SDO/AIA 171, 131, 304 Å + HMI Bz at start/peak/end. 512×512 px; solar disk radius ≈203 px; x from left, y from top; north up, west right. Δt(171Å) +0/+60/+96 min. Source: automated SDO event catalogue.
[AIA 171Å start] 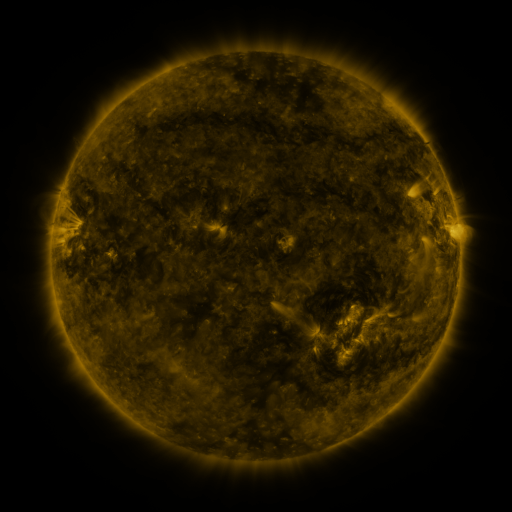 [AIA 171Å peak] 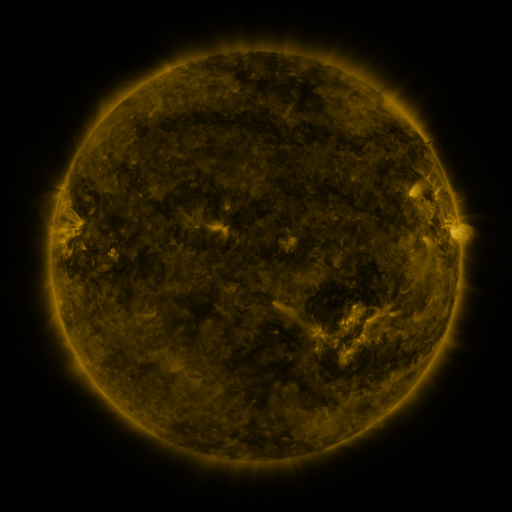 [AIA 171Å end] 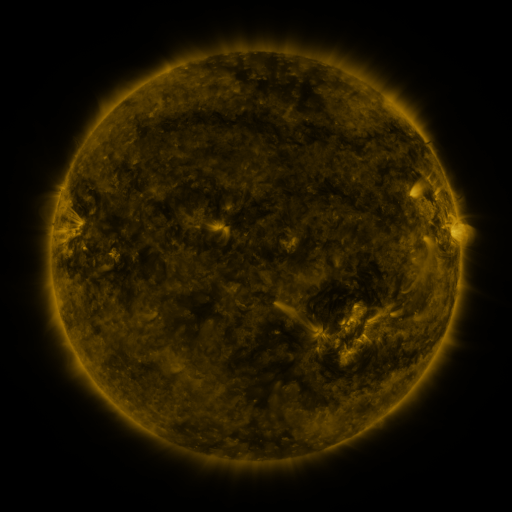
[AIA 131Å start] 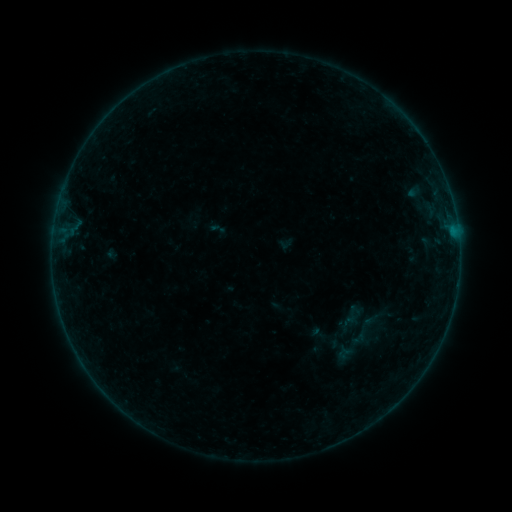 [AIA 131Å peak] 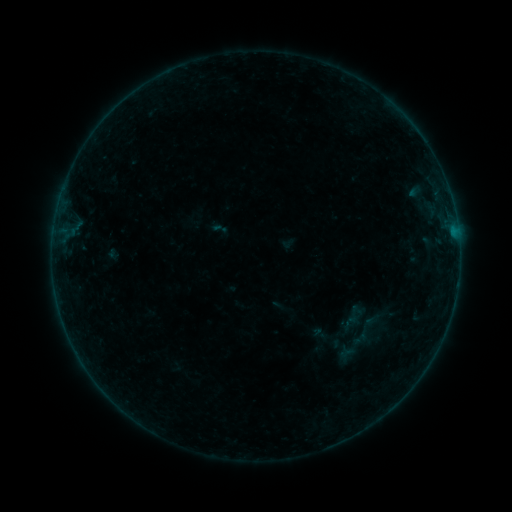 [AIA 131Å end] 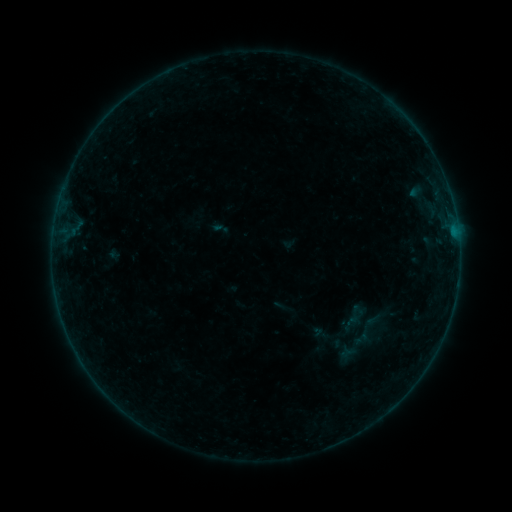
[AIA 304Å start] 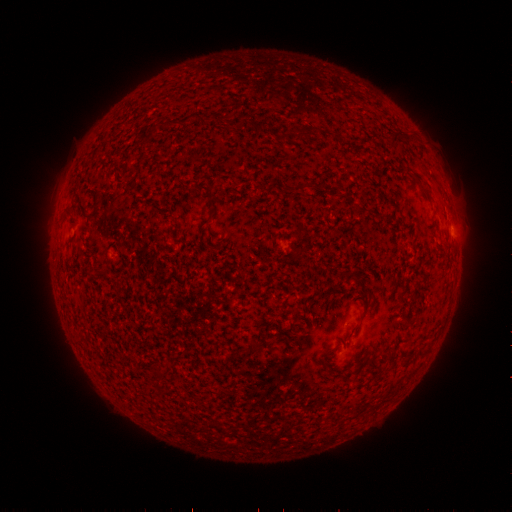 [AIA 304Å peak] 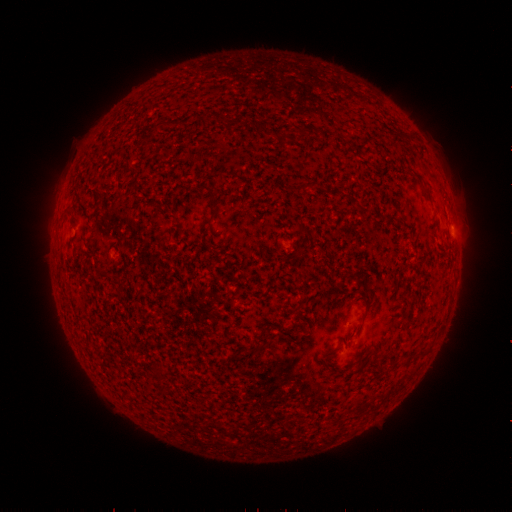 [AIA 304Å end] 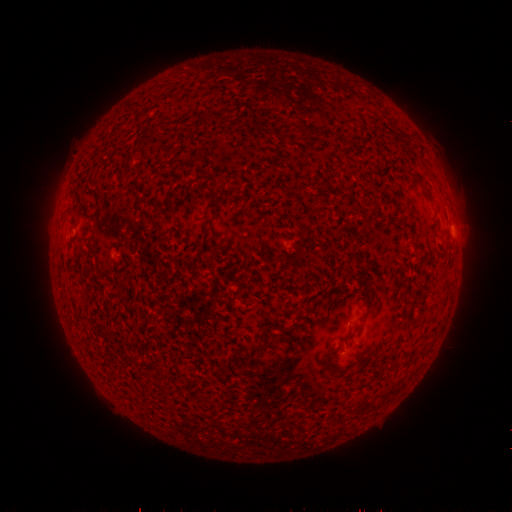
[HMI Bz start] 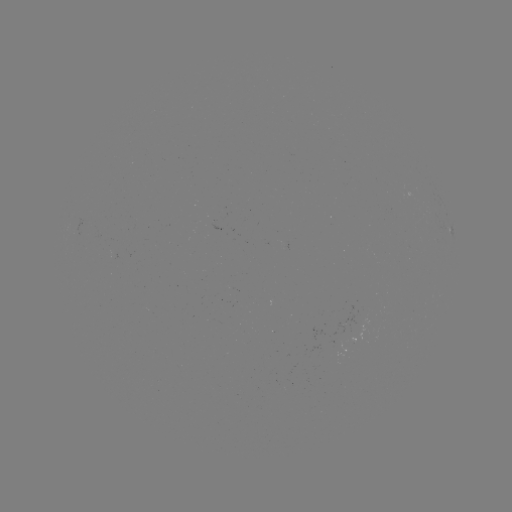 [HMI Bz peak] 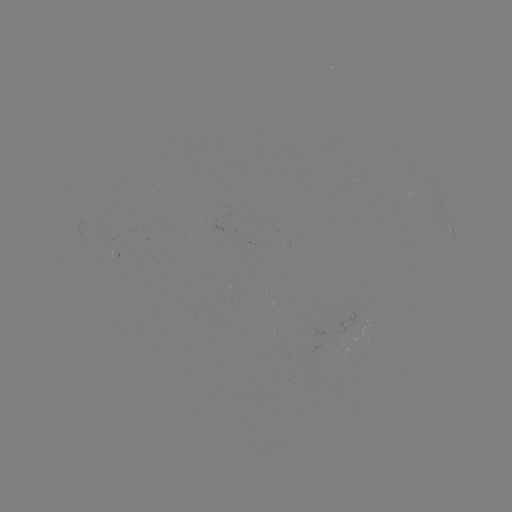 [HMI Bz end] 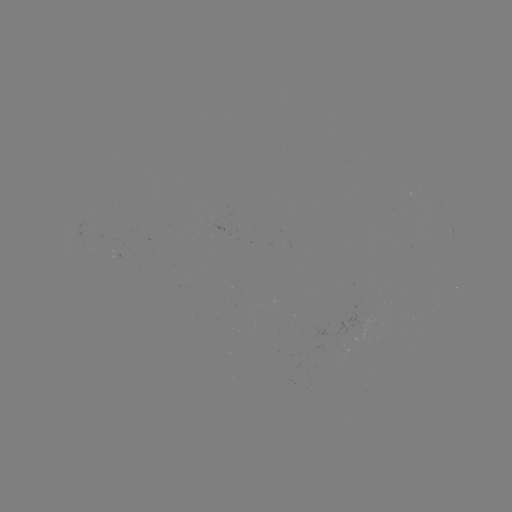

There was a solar emerging-flux region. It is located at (345, 325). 